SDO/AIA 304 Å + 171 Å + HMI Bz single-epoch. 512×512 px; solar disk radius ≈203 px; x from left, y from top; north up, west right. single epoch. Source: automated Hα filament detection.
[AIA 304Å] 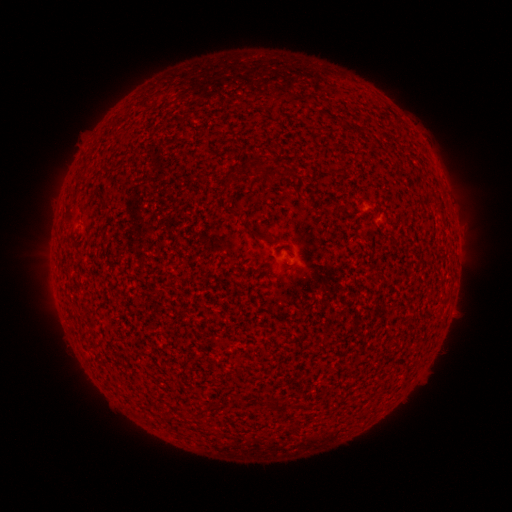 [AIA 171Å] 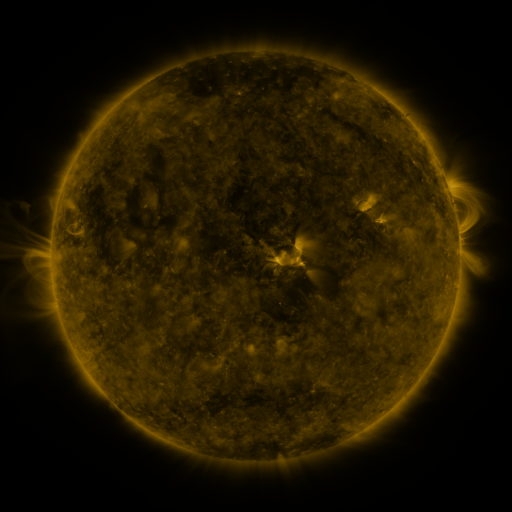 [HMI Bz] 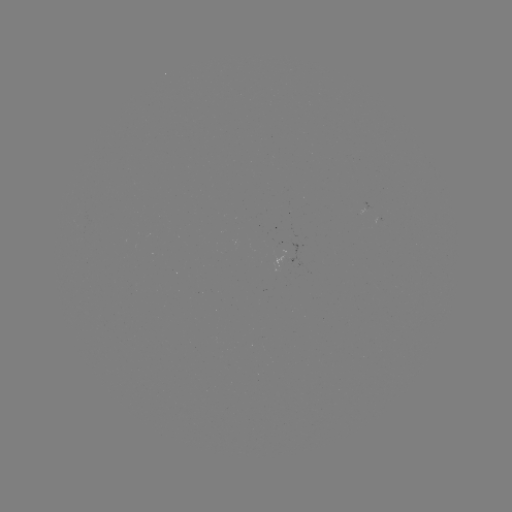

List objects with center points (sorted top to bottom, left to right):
filament: (432, 194)
filament: (265, 238)
filament: (278, 405)
